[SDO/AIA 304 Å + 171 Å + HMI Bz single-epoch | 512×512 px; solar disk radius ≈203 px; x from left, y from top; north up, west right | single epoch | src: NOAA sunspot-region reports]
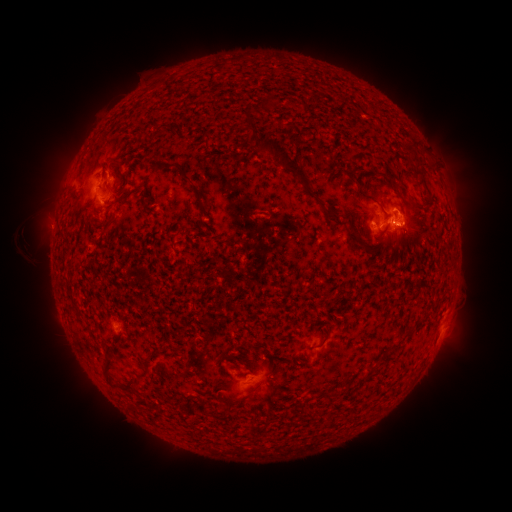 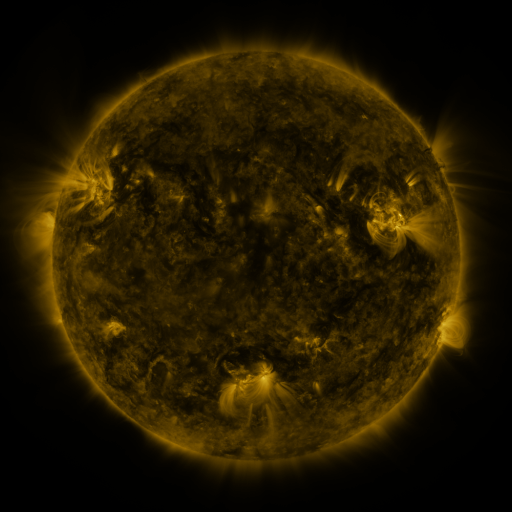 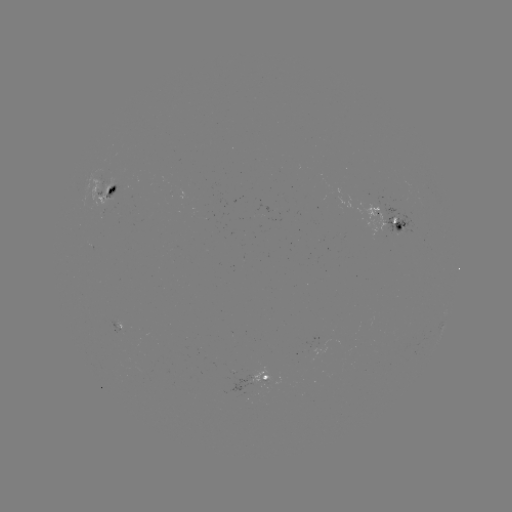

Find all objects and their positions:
spotted active region: (108, 198)
spotted active region: (387, 218)
spotted active region: (271, 379)
